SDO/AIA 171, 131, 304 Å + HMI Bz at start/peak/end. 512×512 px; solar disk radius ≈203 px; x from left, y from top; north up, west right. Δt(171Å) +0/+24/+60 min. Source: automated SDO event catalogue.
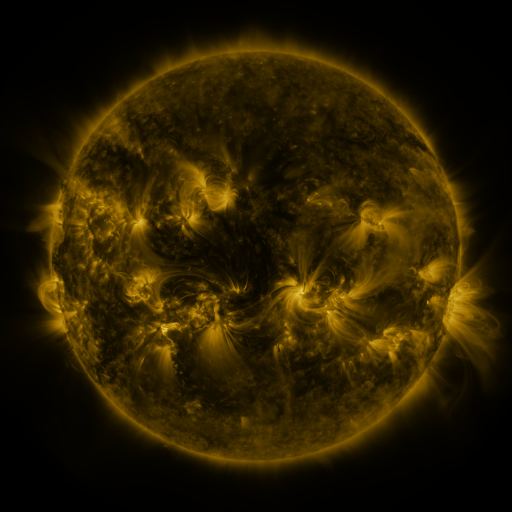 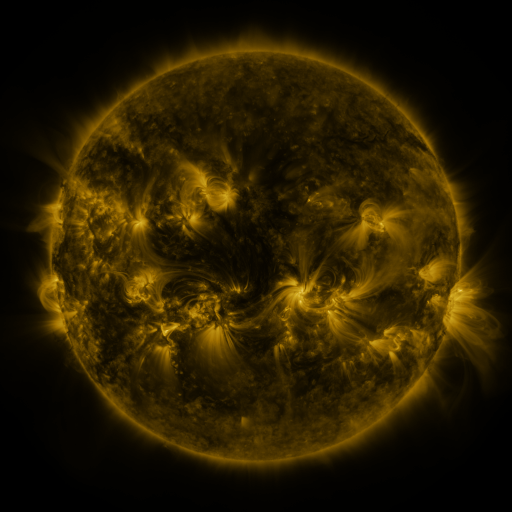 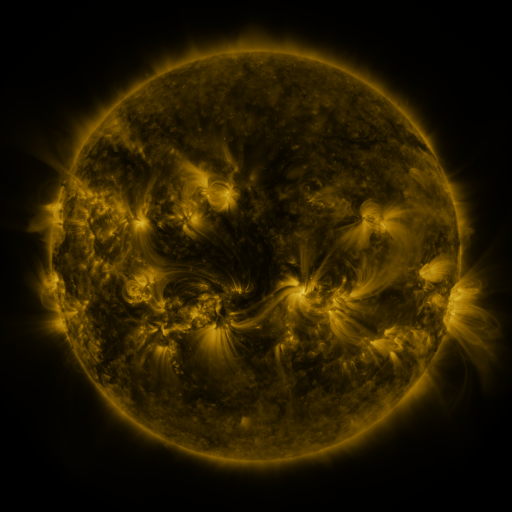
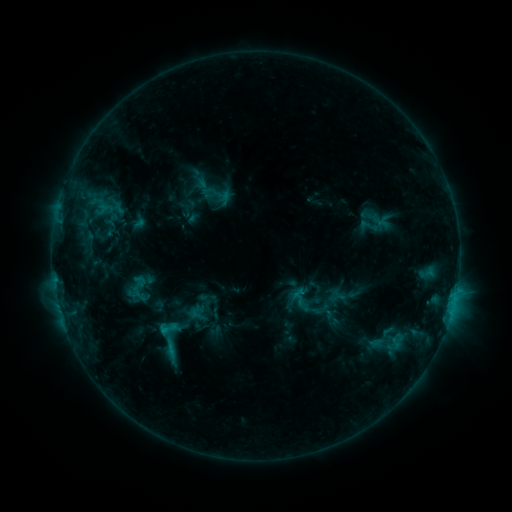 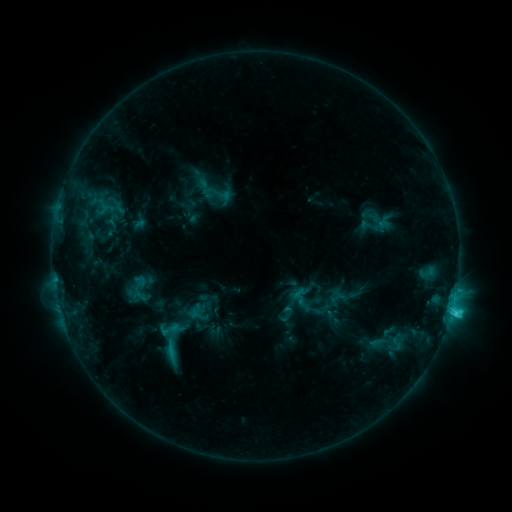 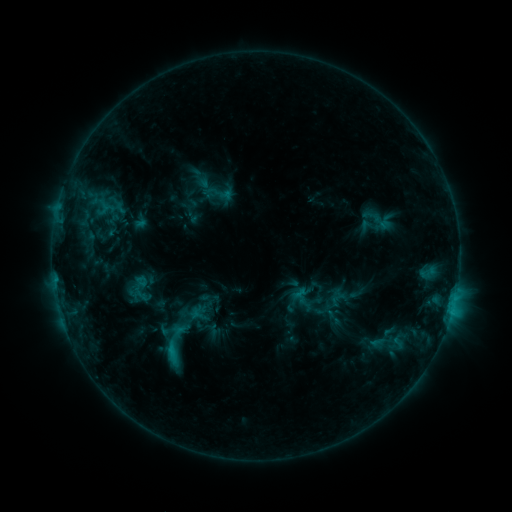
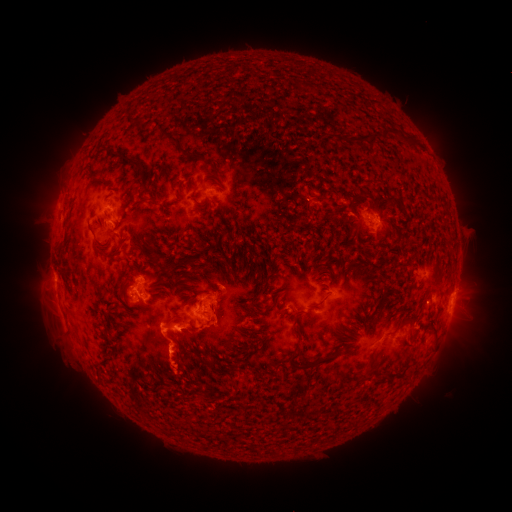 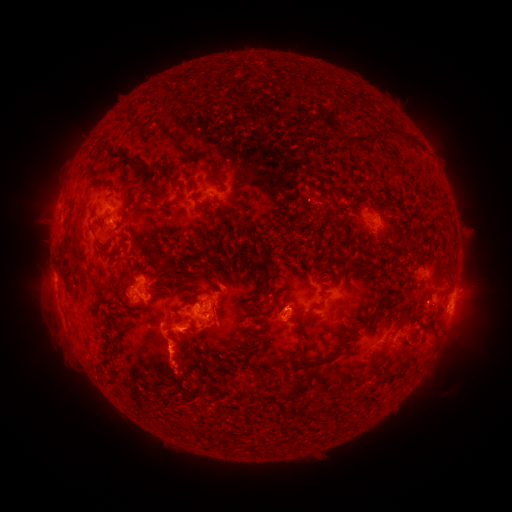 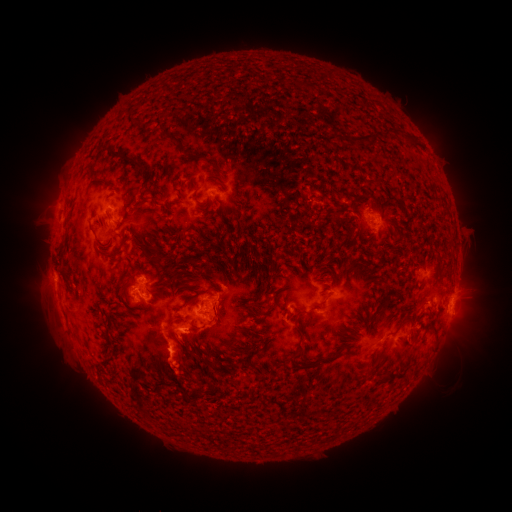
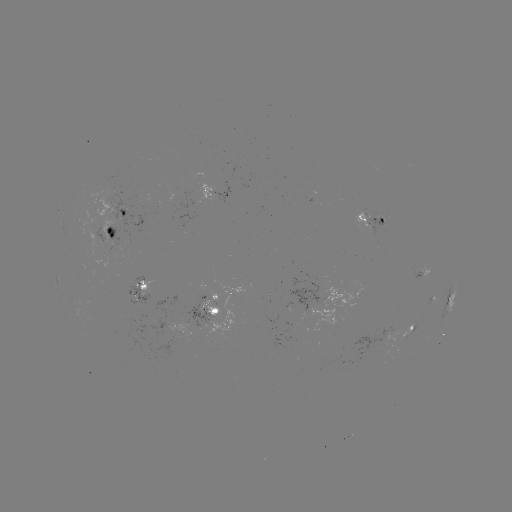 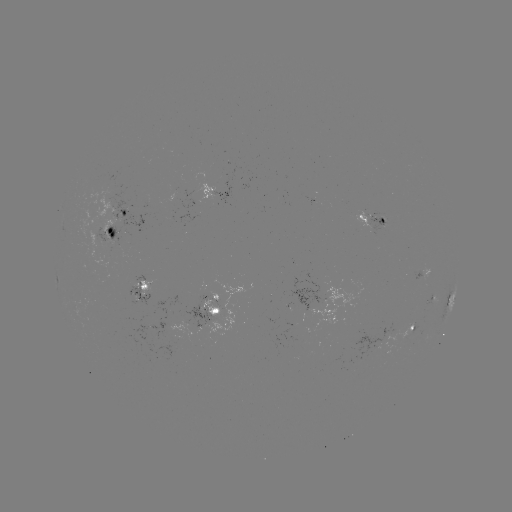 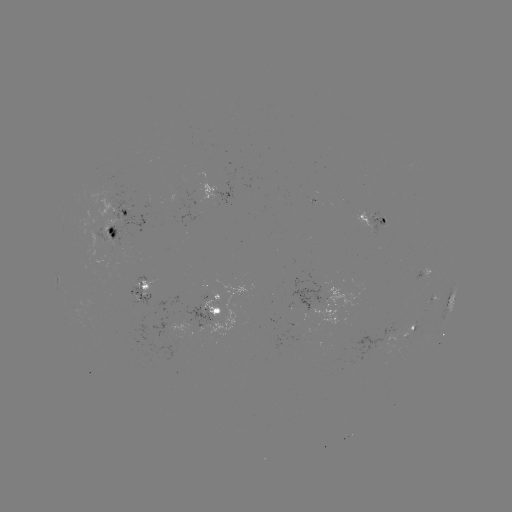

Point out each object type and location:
C3.4 flare: (451, 311)
